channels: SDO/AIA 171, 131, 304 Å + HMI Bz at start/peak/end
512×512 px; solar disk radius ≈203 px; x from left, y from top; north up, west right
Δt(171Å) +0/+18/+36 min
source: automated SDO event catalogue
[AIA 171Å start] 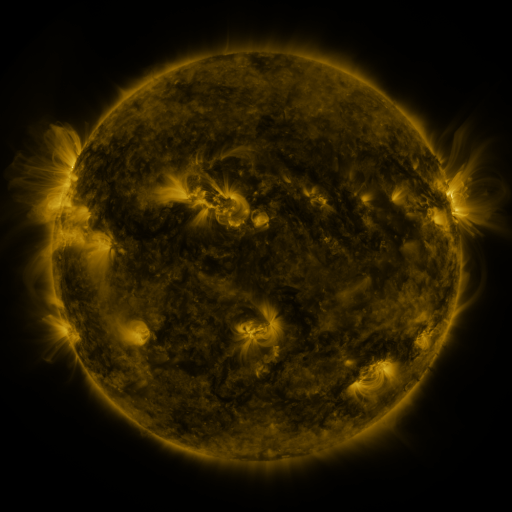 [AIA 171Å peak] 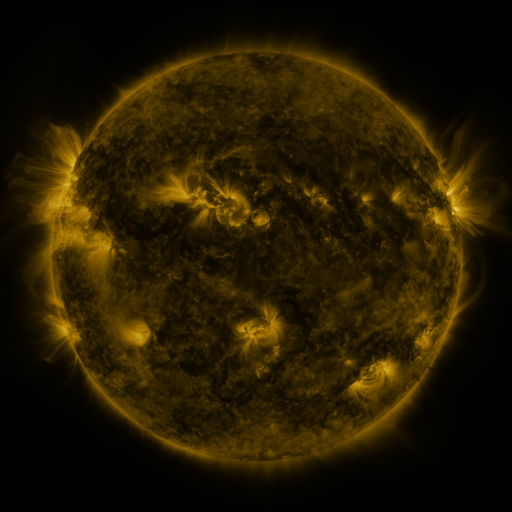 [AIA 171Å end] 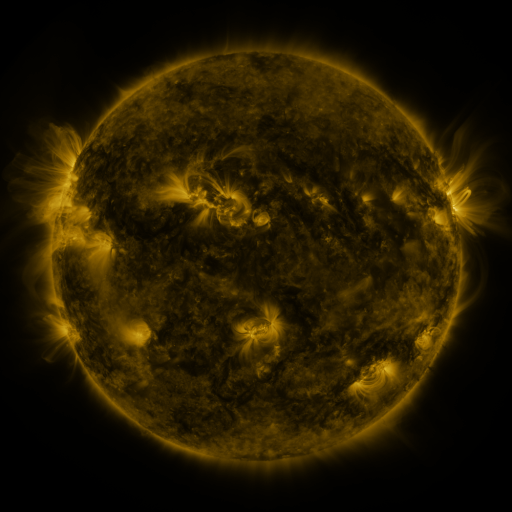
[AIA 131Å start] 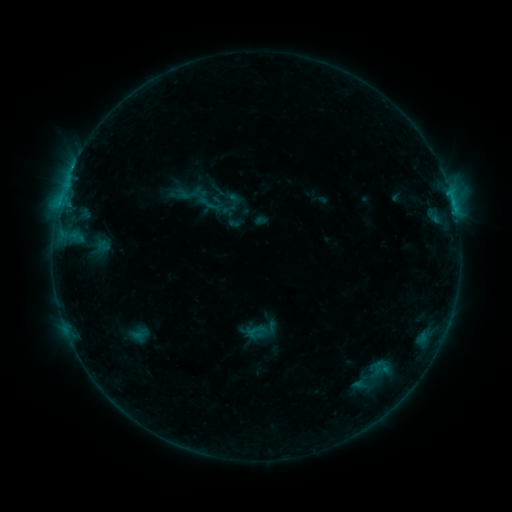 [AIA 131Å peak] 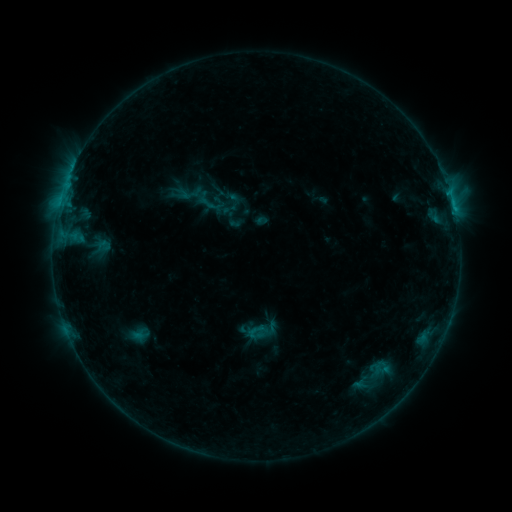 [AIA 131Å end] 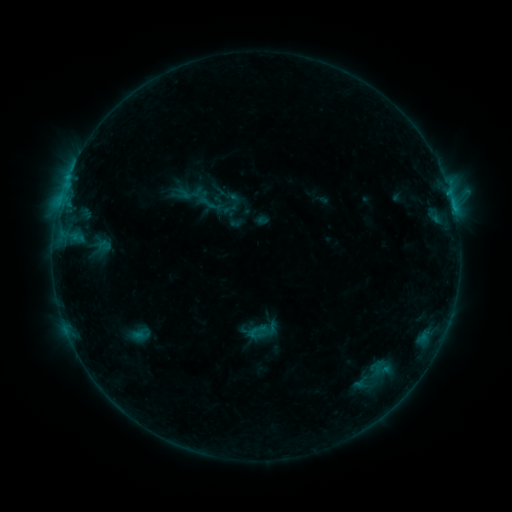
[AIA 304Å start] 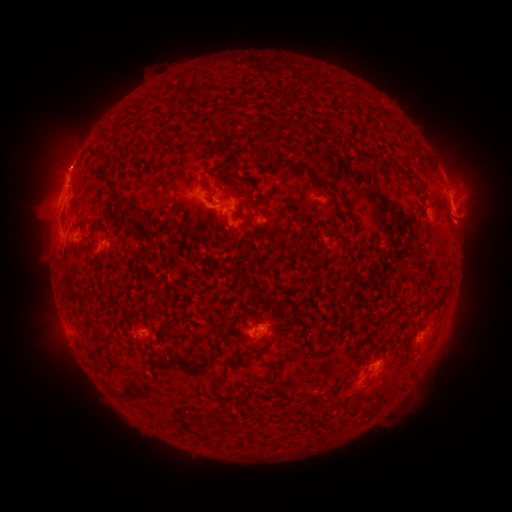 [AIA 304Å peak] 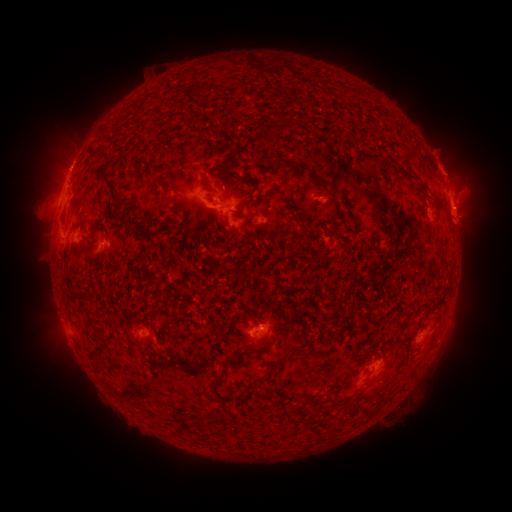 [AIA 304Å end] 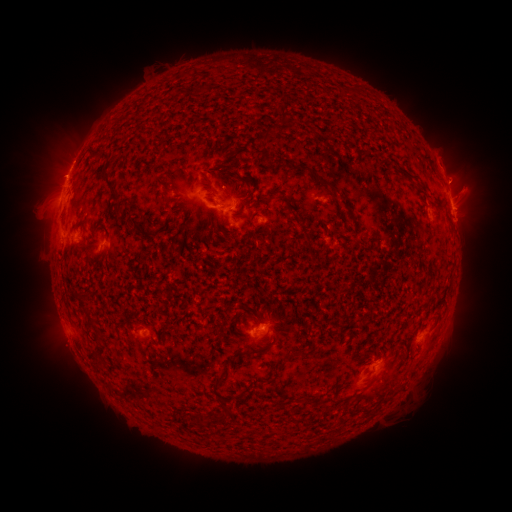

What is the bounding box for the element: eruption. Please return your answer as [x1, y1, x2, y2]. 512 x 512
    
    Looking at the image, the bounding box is [422, 139, 474, 192].